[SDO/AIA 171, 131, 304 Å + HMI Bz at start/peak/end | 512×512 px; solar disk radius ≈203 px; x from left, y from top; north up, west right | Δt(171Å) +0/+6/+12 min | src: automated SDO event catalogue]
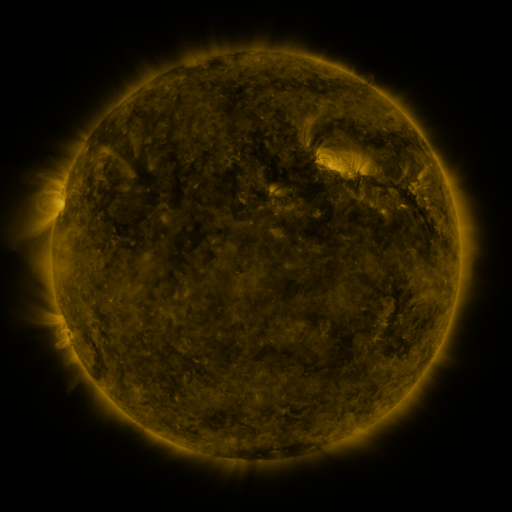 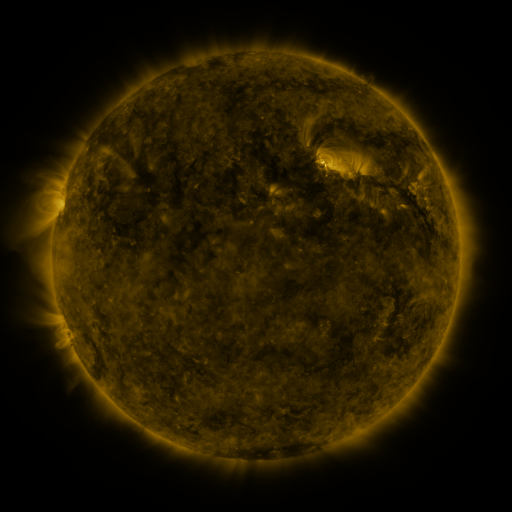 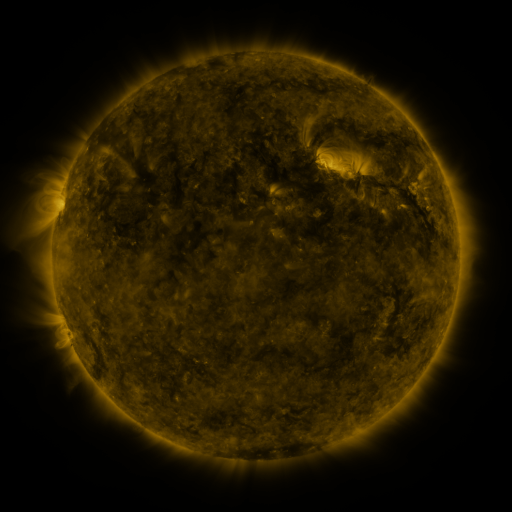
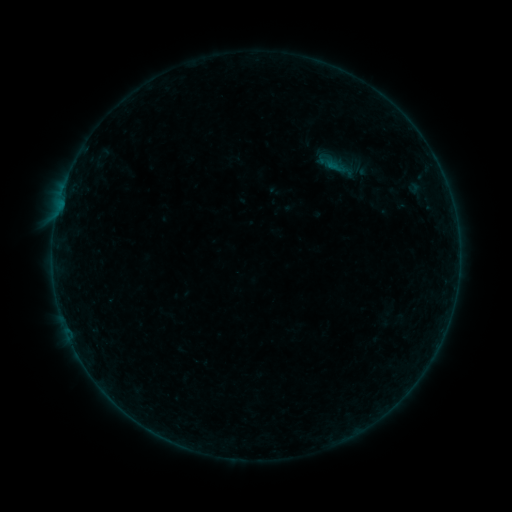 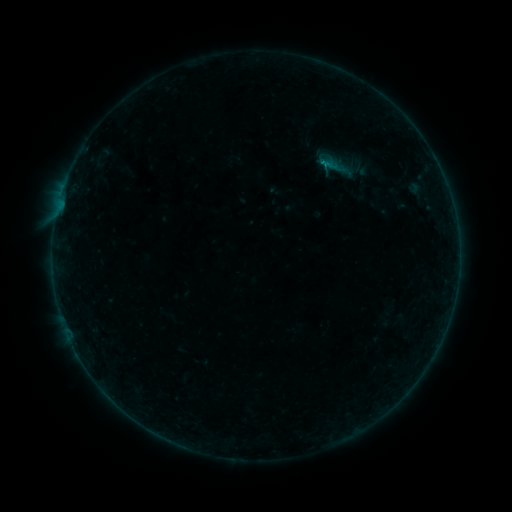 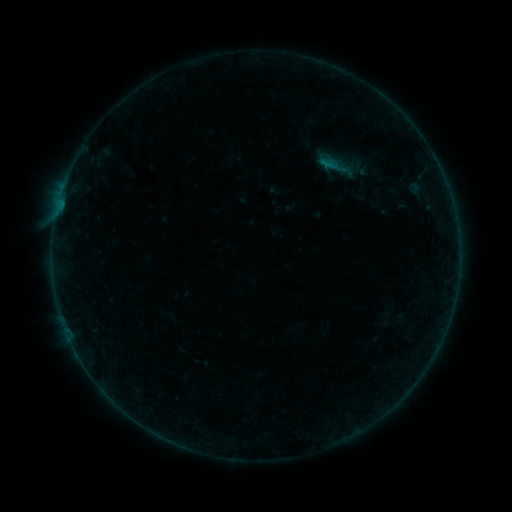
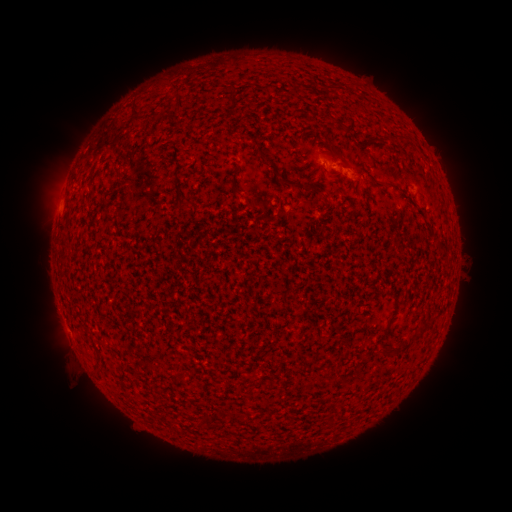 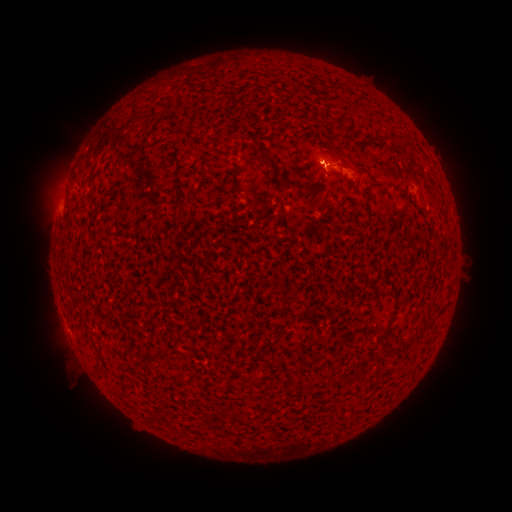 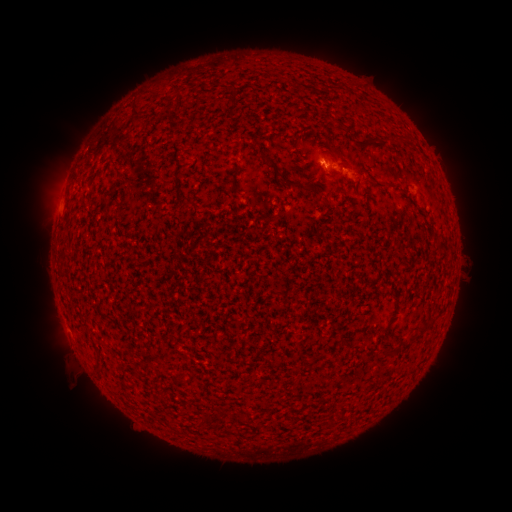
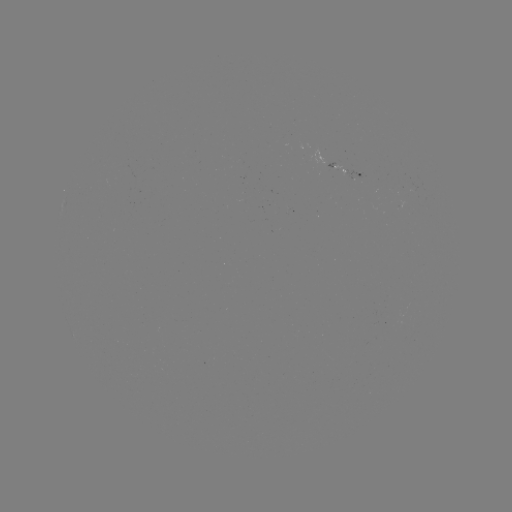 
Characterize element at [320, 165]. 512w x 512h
B2.1 flare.